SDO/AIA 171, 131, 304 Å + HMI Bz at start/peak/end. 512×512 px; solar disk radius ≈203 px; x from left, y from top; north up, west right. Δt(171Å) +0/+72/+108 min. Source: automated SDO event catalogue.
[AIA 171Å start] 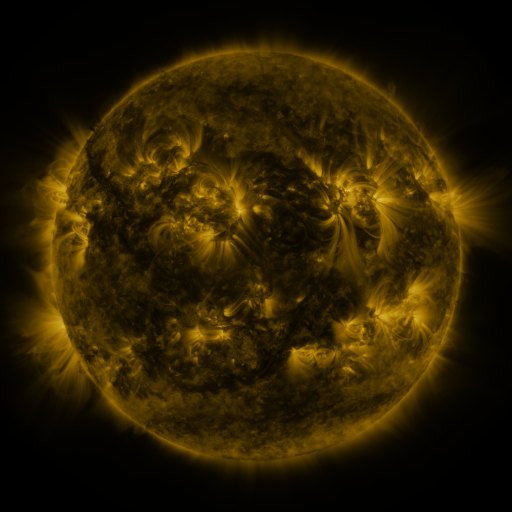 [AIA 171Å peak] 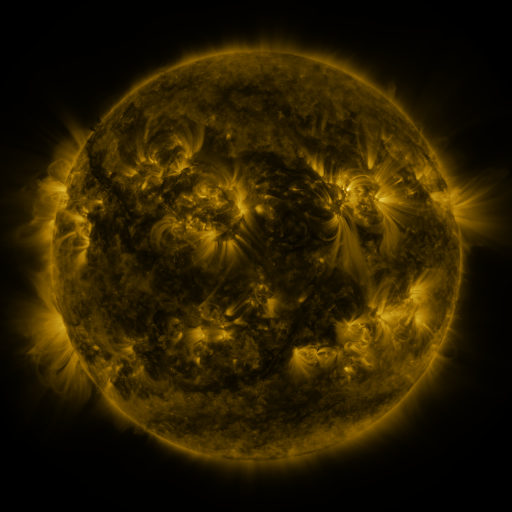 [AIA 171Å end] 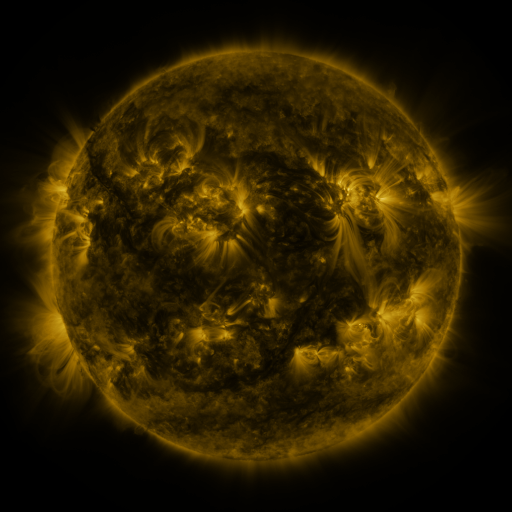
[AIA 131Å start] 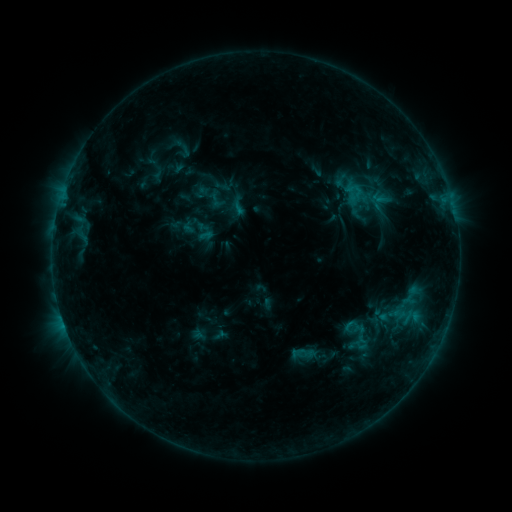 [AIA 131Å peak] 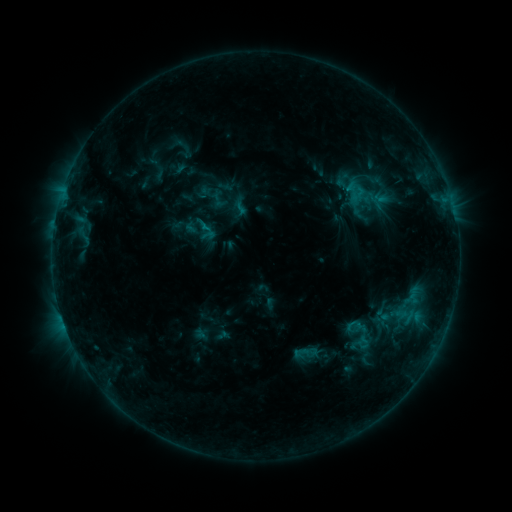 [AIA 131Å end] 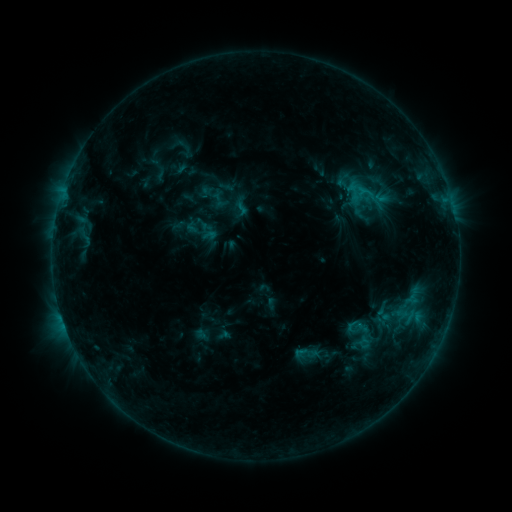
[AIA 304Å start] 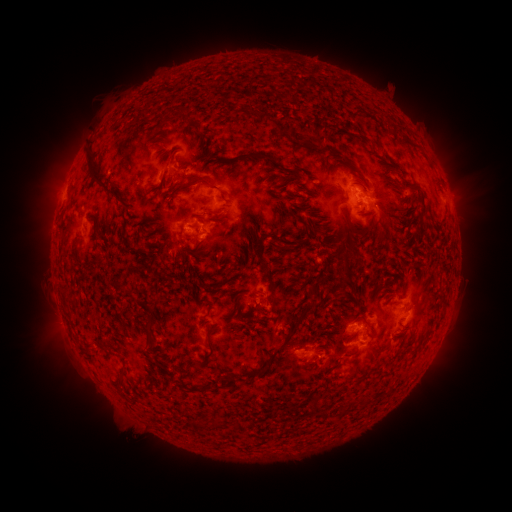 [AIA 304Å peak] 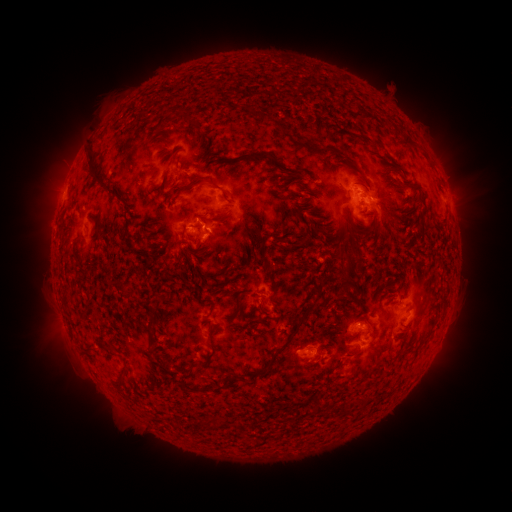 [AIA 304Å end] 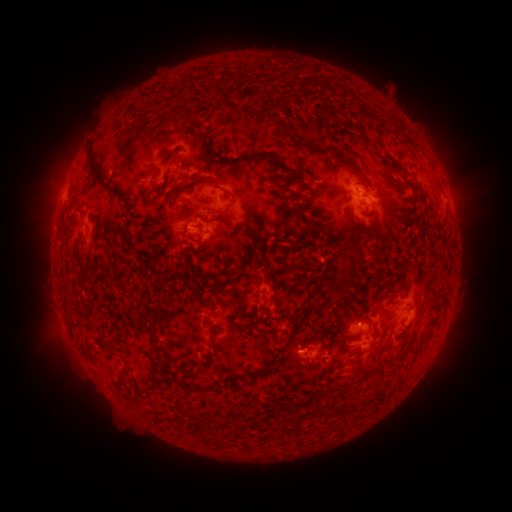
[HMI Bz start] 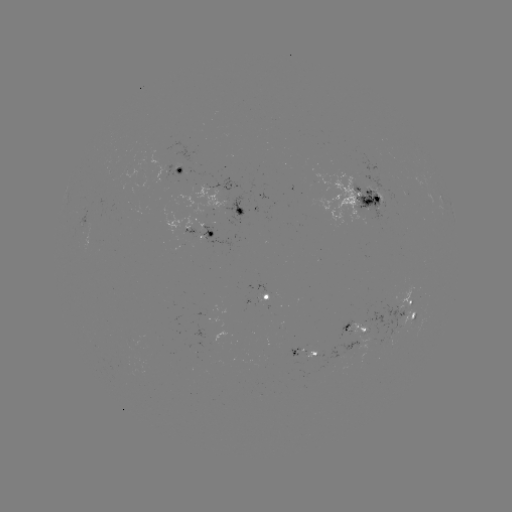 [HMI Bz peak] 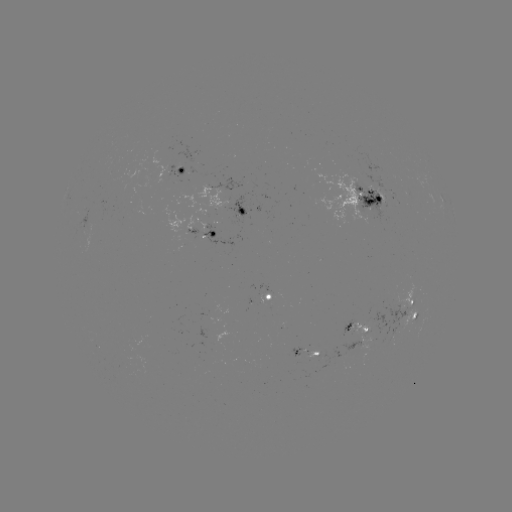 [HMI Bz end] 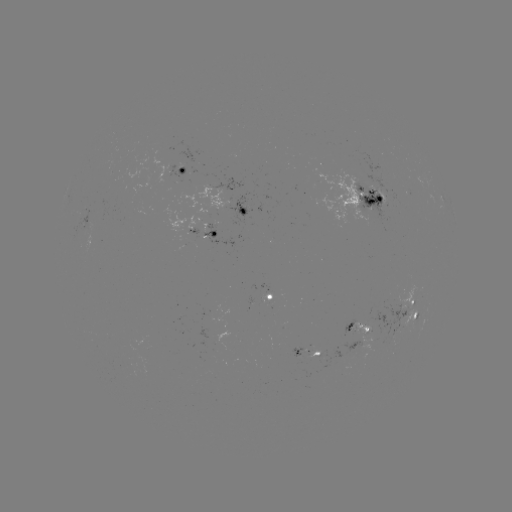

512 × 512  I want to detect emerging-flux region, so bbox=[353, 304, 371, 330].